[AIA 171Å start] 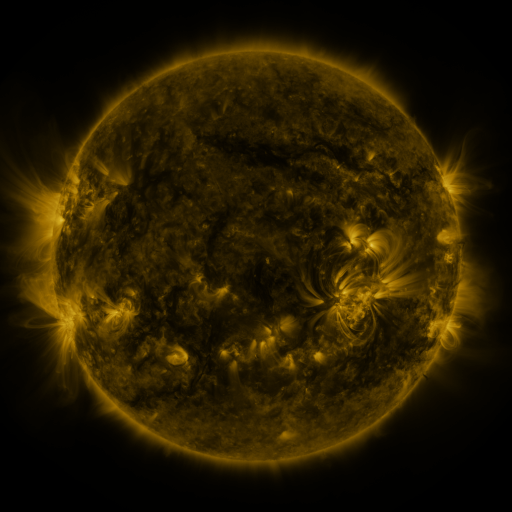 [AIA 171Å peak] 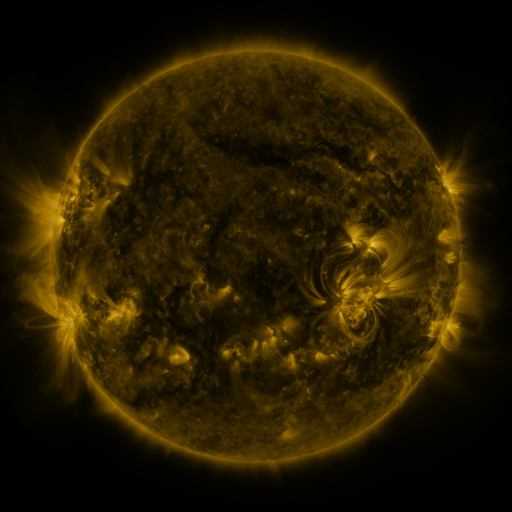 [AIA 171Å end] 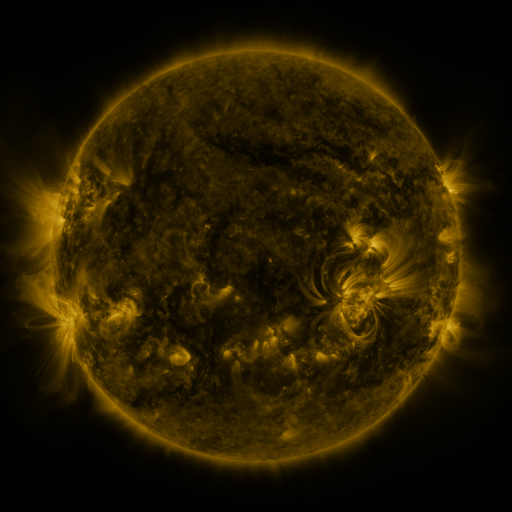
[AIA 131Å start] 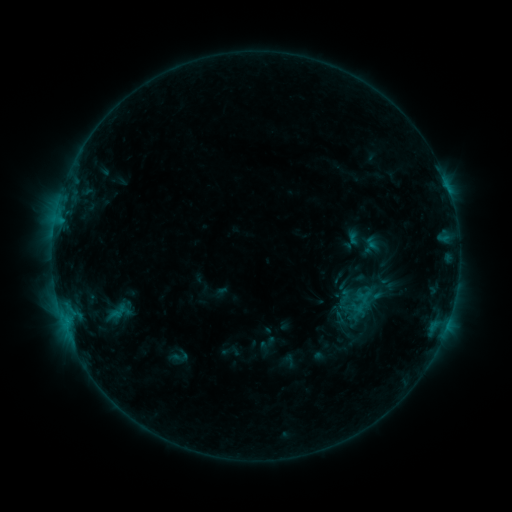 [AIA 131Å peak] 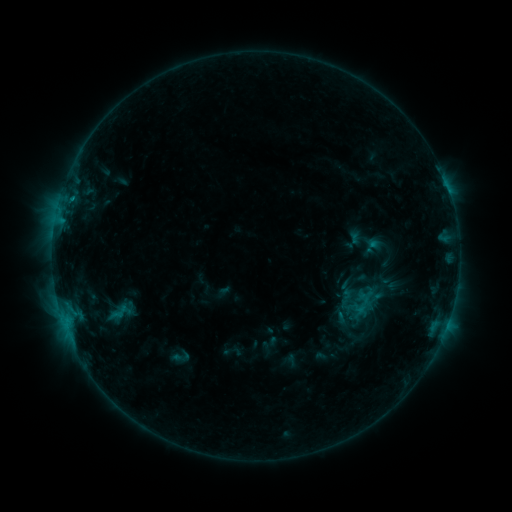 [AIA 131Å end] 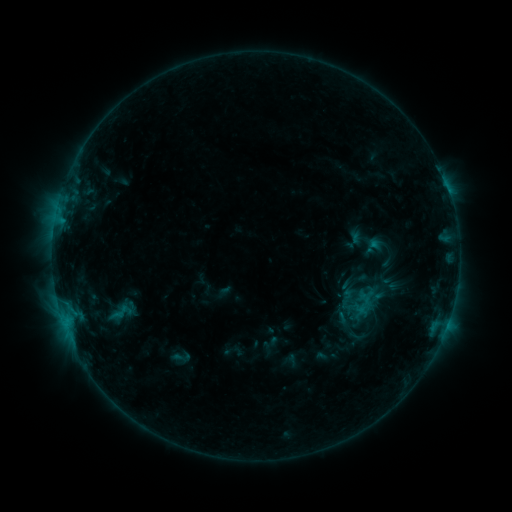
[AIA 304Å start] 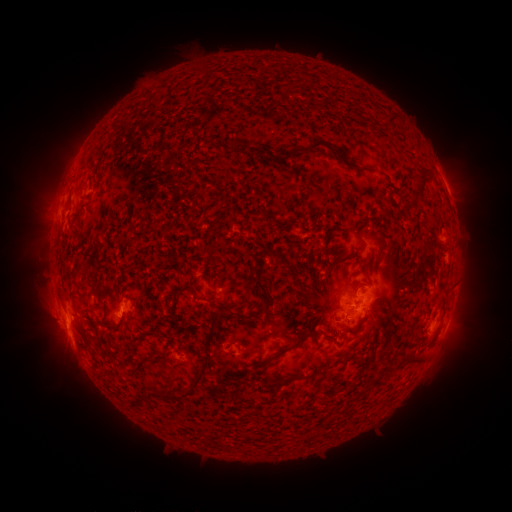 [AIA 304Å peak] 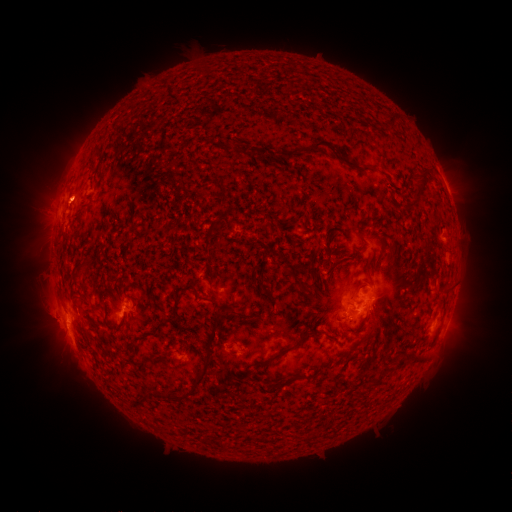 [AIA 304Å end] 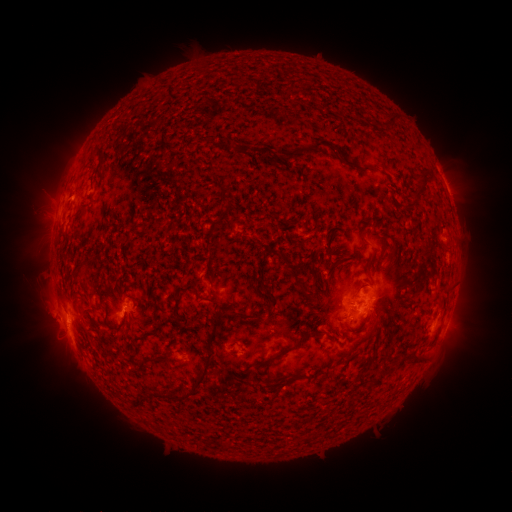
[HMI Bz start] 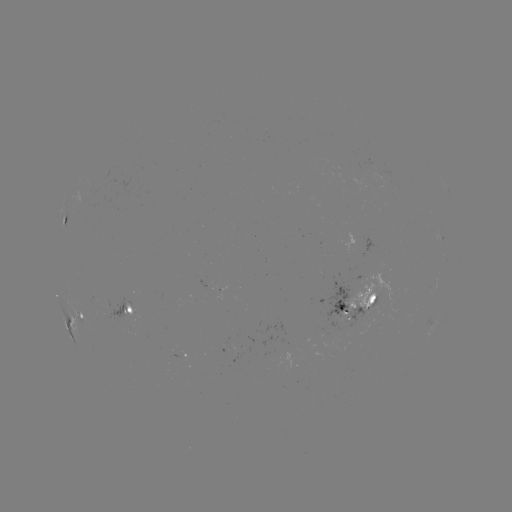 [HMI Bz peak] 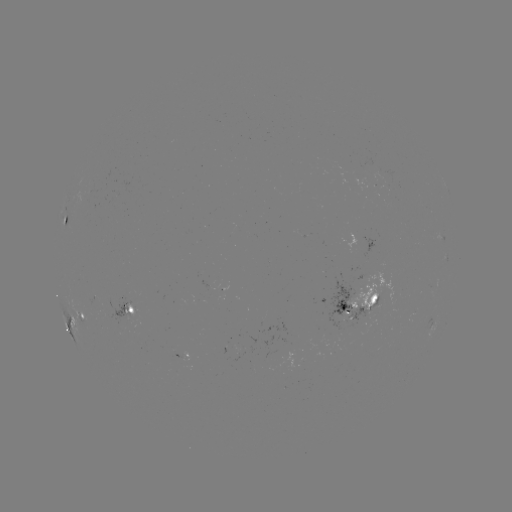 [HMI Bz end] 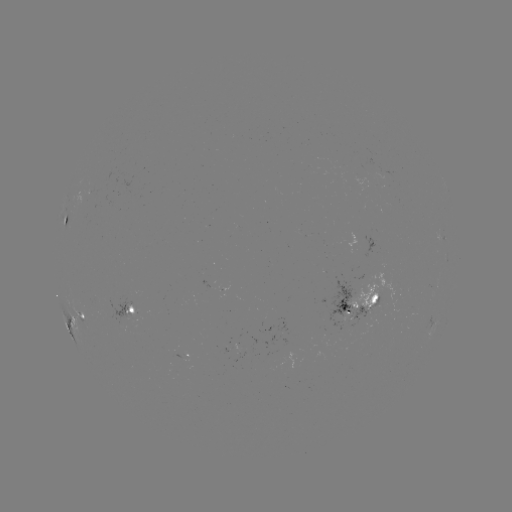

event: emerging-flux region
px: (346, 309)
